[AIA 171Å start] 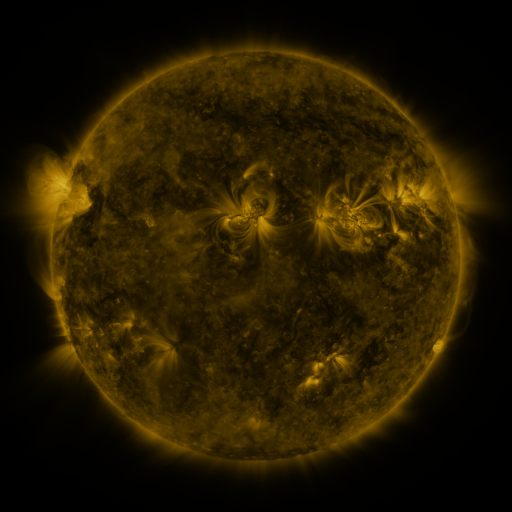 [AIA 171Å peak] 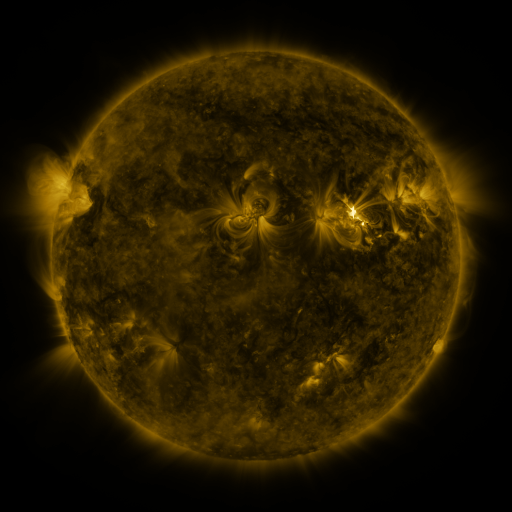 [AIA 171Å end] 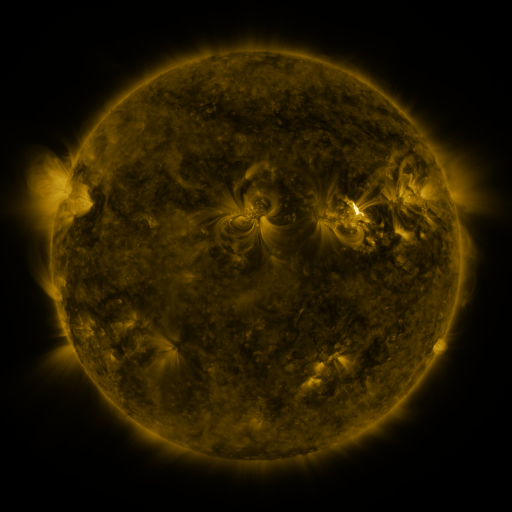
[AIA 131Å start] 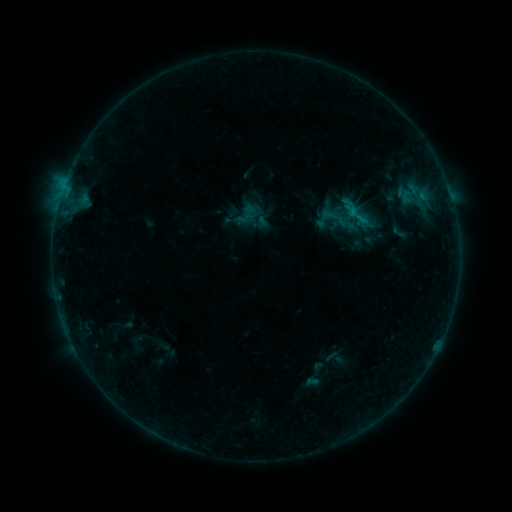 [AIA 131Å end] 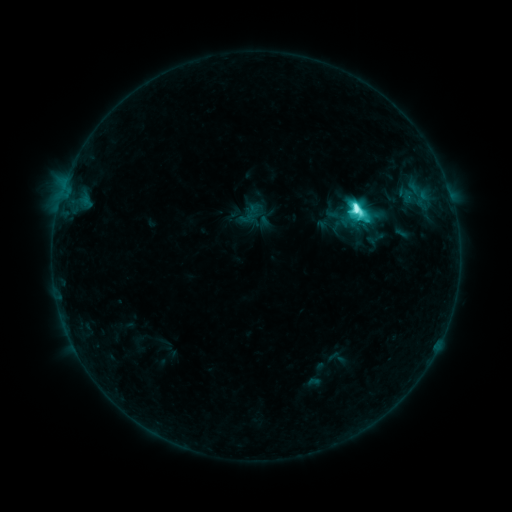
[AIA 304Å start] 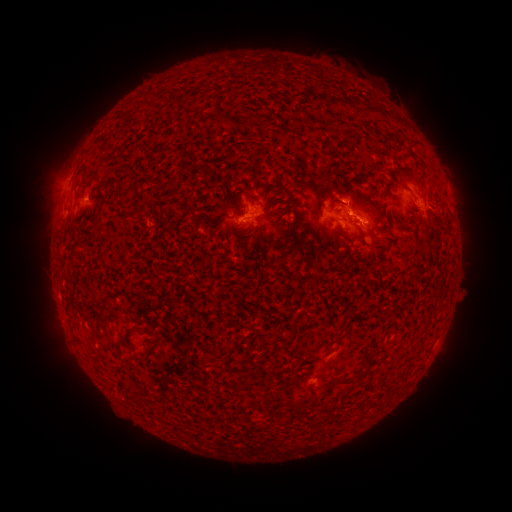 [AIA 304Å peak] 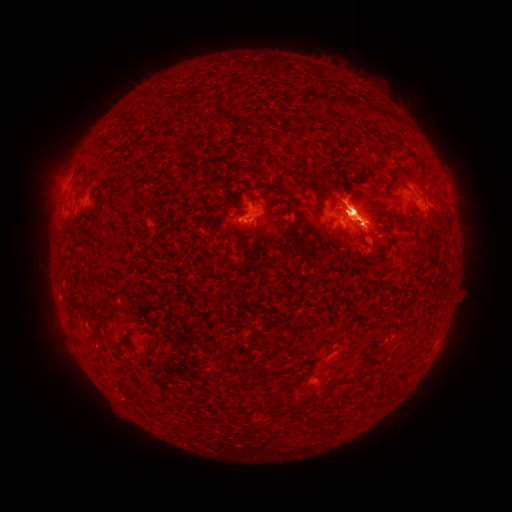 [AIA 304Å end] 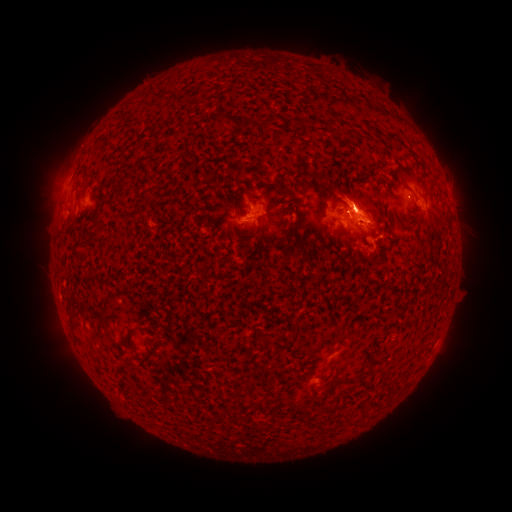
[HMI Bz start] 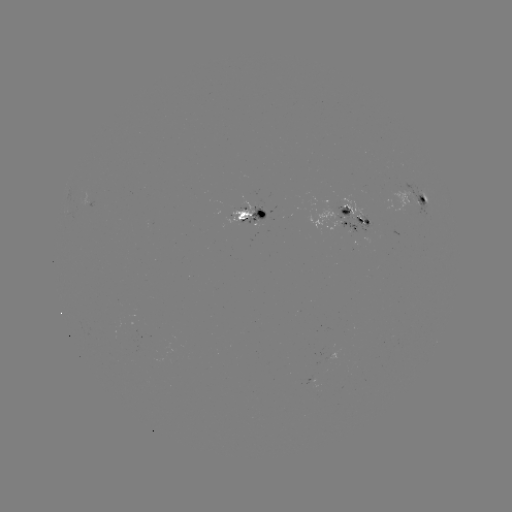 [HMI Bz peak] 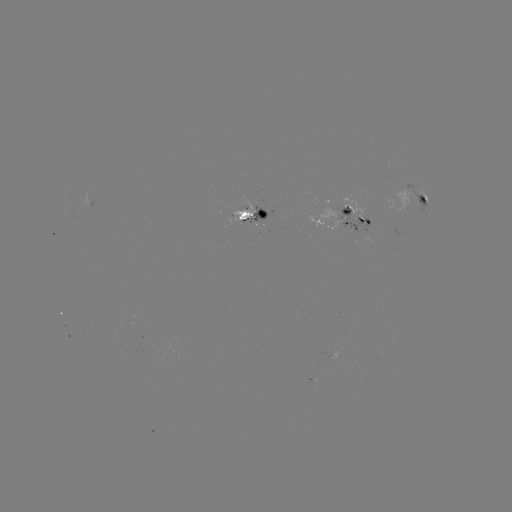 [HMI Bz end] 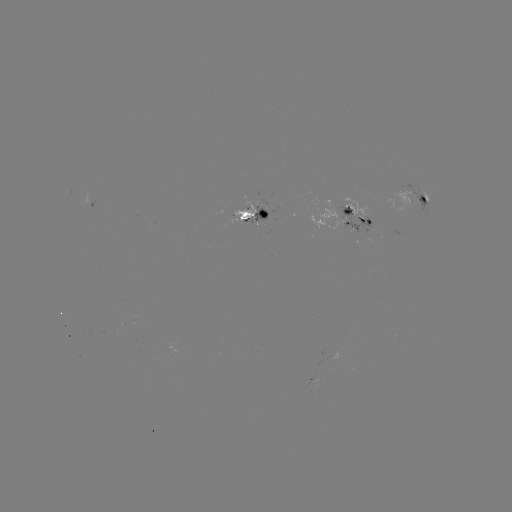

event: flare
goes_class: M6.0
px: (353, 214)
